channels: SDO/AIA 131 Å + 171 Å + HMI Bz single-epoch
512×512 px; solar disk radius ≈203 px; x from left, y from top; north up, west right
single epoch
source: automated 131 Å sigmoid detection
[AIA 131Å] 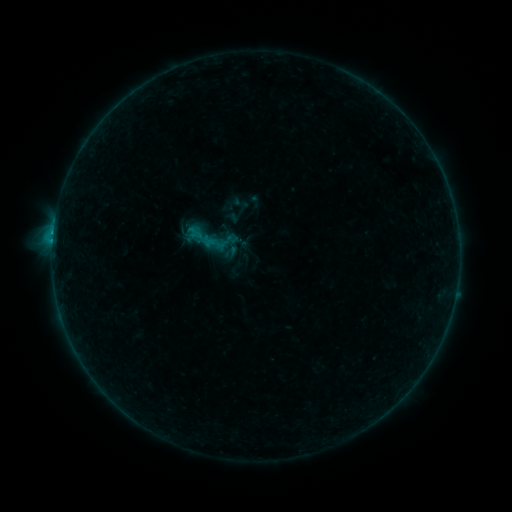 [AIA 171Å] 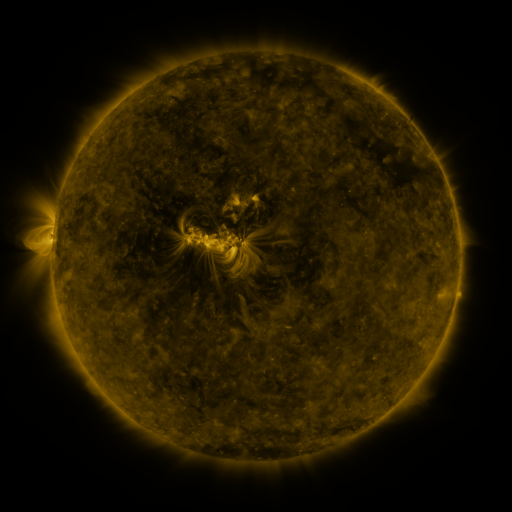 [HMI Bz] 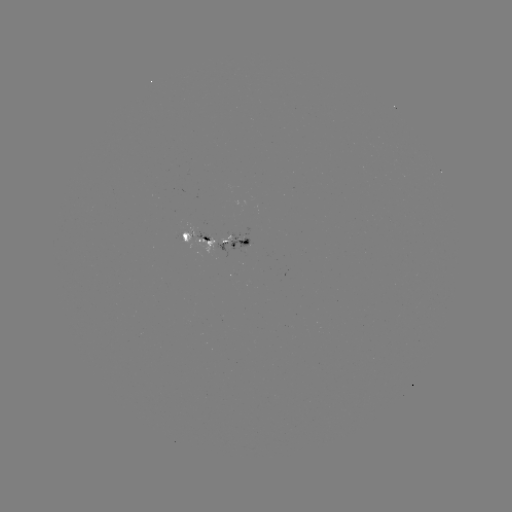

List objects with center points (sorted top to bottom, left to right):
sigmoid: (205, 236)
